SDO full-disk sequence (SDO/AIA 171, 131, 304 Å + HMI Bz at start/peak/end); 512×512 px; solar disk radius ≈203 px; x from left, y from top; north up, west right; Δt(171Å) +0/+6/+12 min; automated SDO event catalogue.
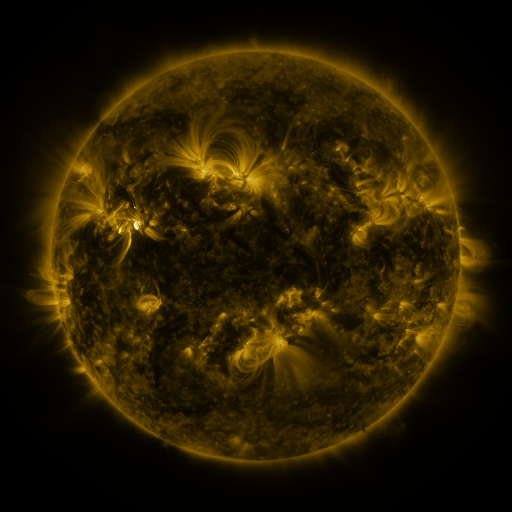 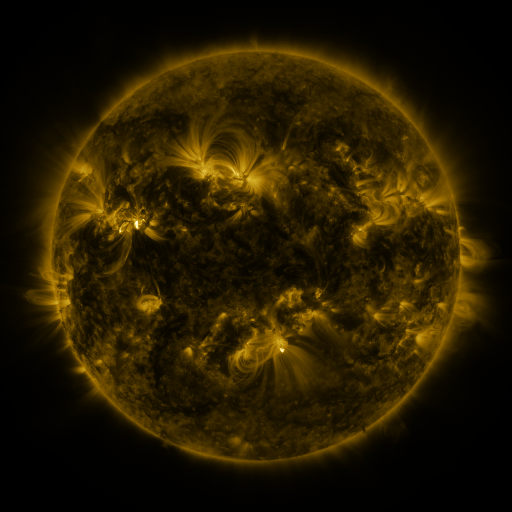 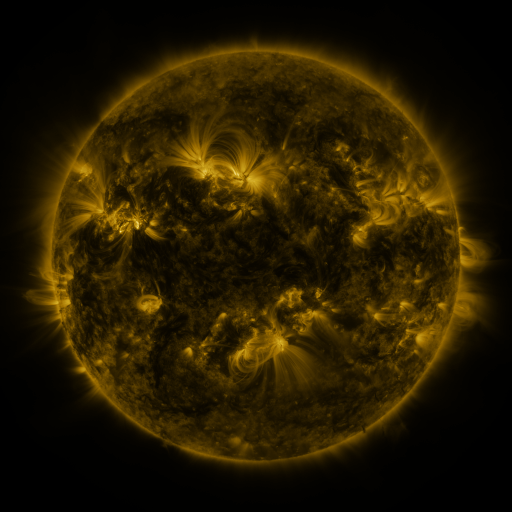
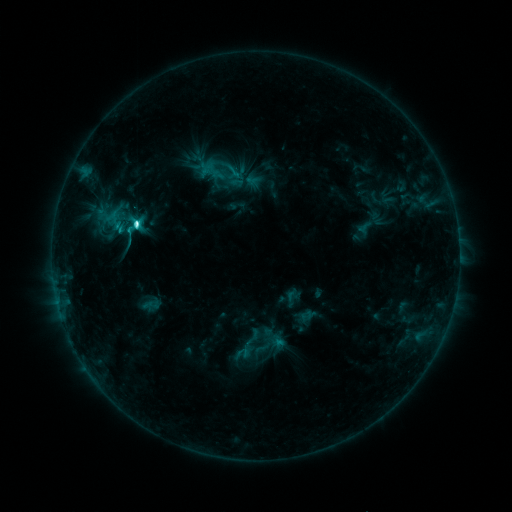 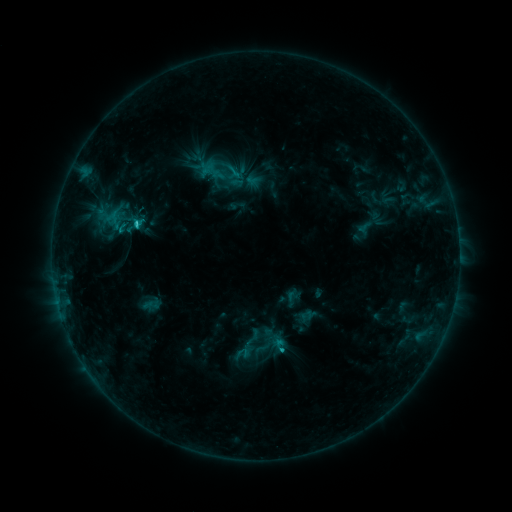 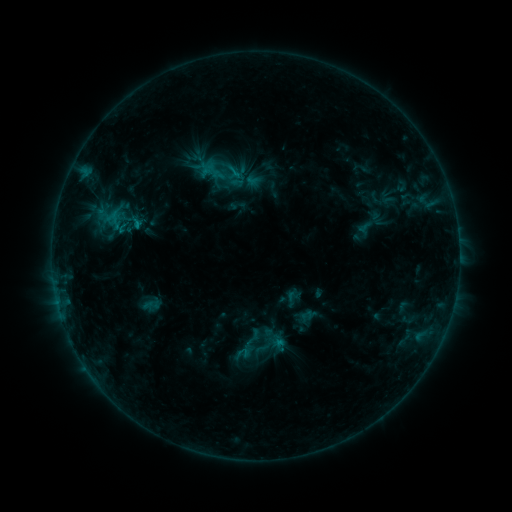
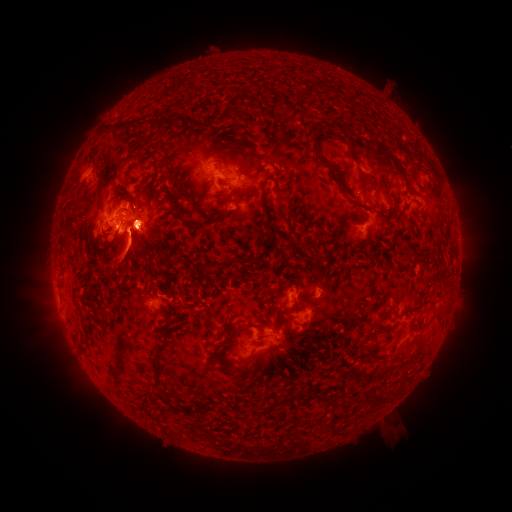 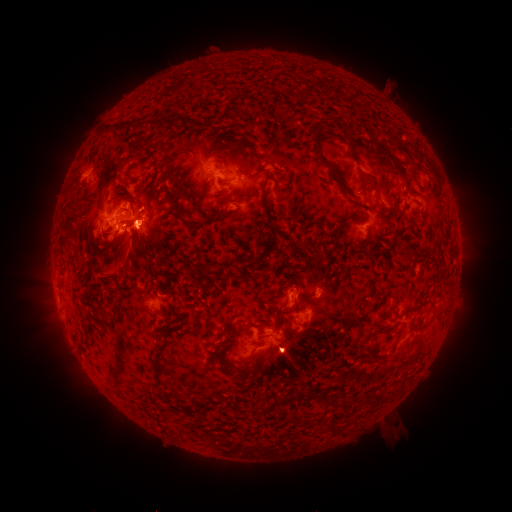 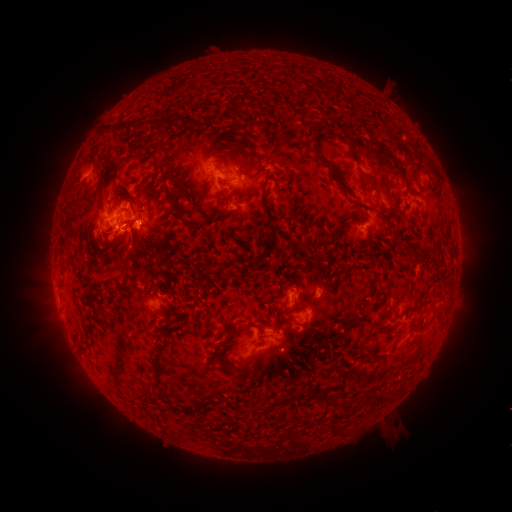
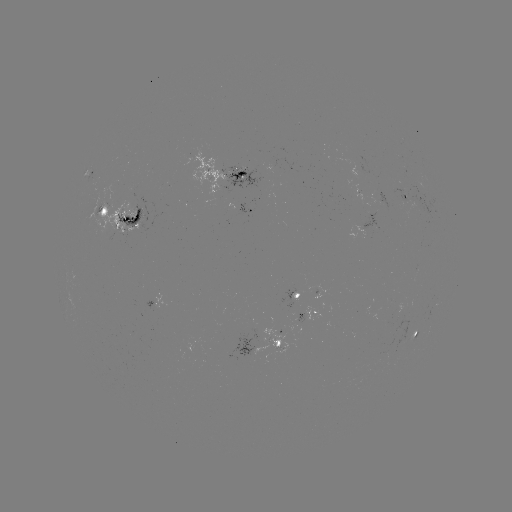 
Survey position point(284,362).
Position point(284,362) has eruption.